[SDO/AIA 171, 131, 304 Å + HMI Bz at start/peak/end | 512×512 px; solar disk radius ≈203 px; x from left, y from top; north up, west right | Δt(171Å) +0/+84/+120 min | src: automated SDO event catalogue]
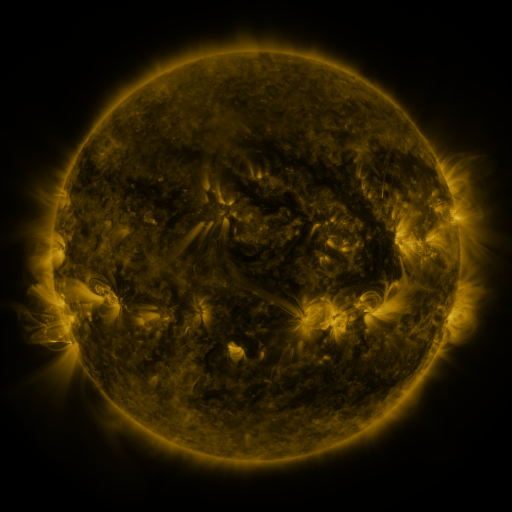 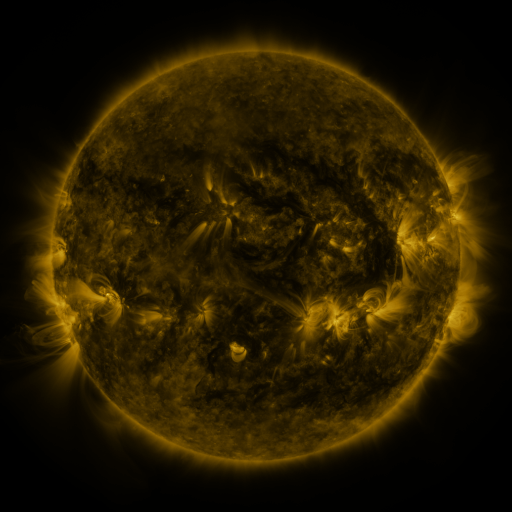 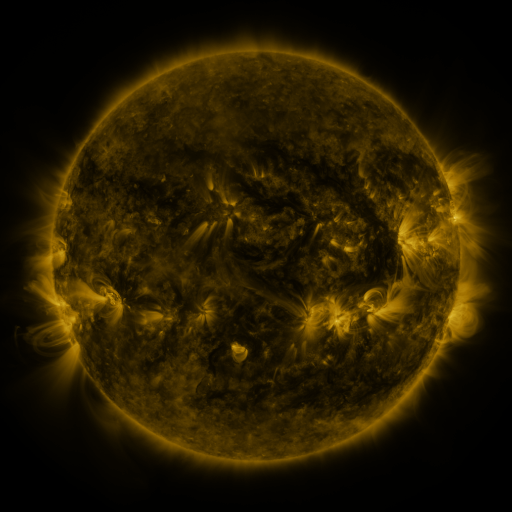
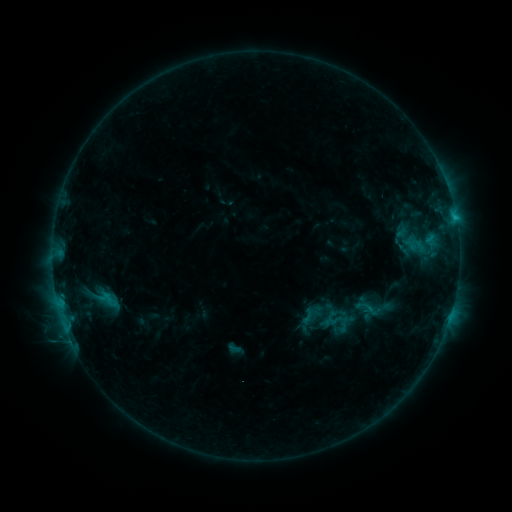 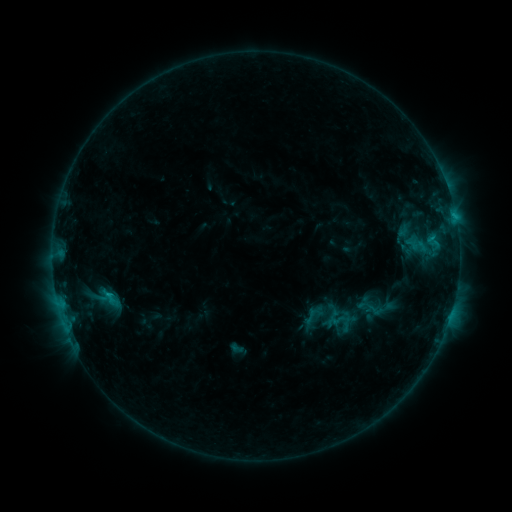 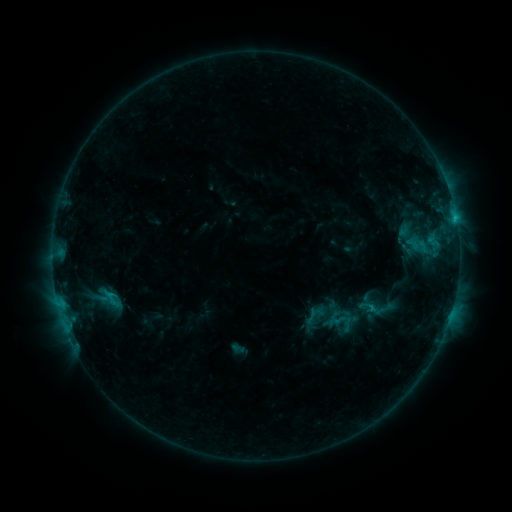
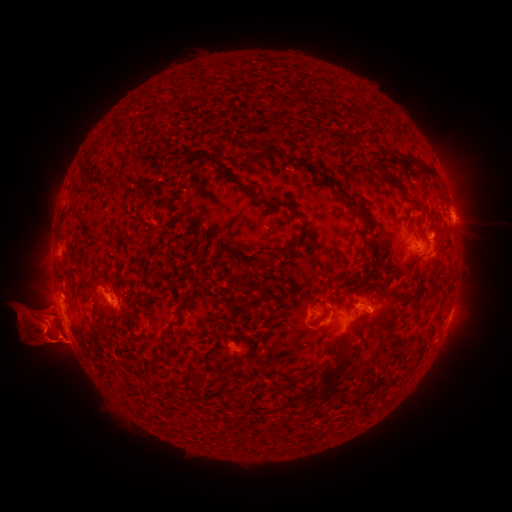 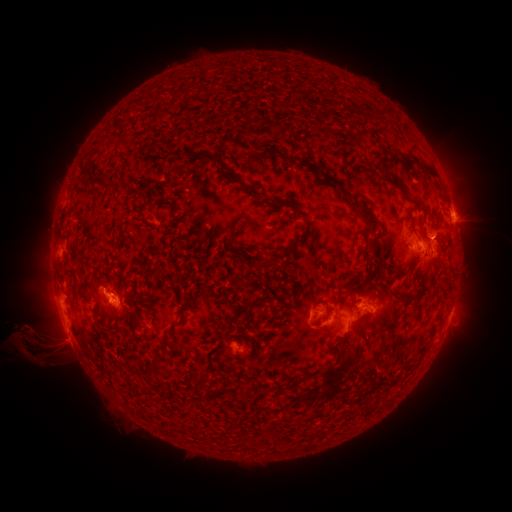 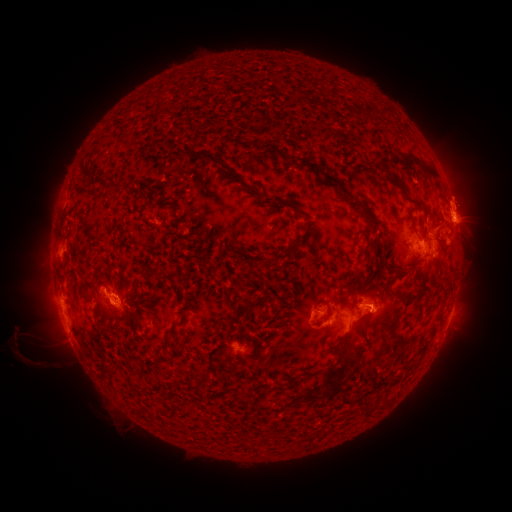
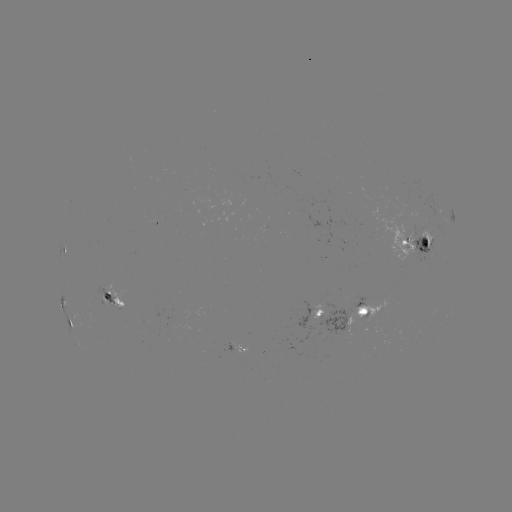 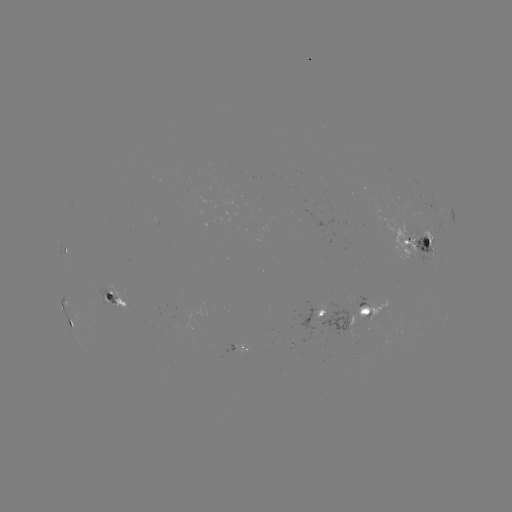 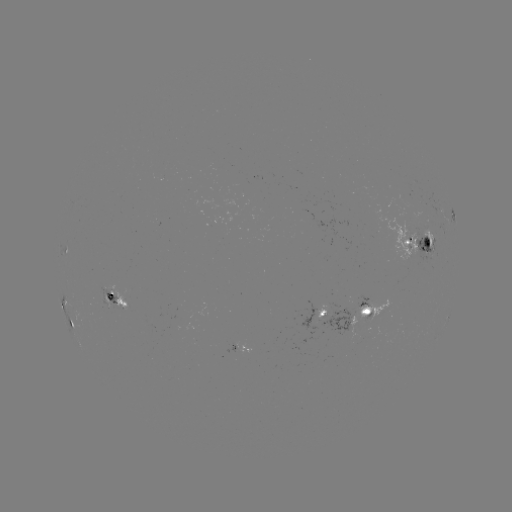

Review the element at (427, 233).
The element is emerging-flux region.